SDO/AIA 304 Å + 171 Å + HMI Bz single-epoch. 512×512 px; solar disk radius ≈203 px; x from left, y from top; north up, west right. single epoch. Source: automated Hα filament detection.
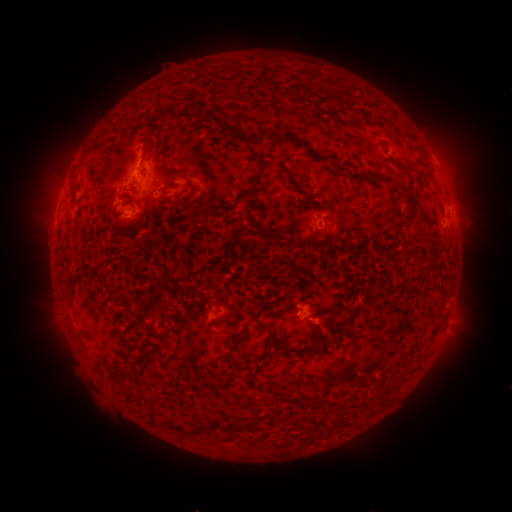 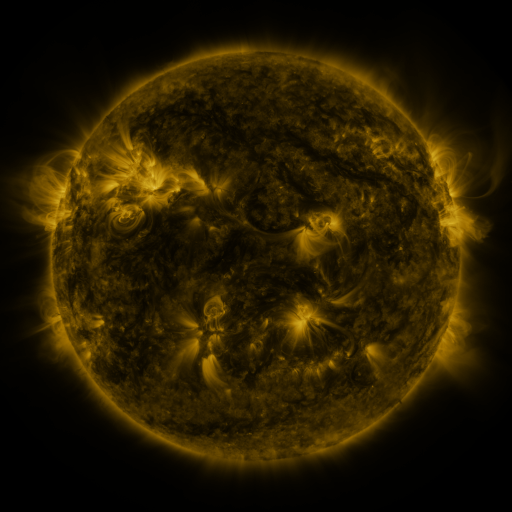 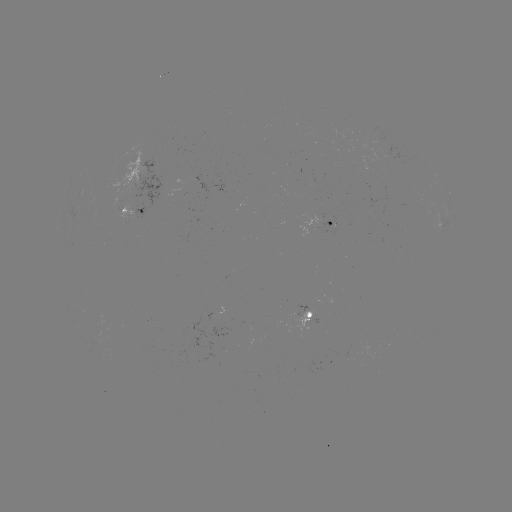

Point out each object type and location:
filament: (246, 134, 260, 144)
filament: (276, 136, 304, 148)
filament: (250, 163, 268, 190)
filament: (276, 163, 290, 176)
filament: (404, 167, 433, 182)
filament: (405, 190, 421, 206)
filament: (419, 217, 435, 228)
filament: (156, 274, 166, 284)
filament: (219, 311, 231, 324)
filament: (74, 328, 89, 337)
filament: (336, 362, 353, 382)
